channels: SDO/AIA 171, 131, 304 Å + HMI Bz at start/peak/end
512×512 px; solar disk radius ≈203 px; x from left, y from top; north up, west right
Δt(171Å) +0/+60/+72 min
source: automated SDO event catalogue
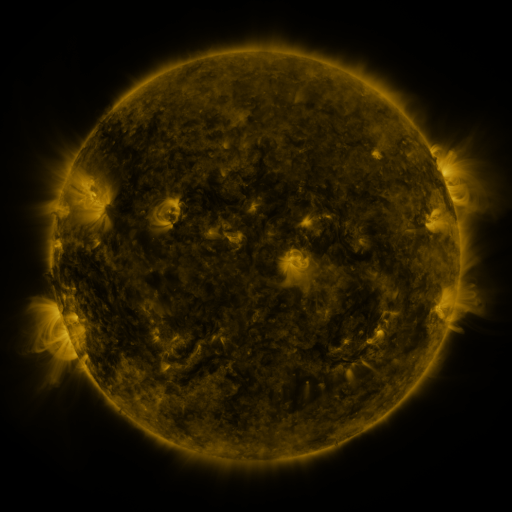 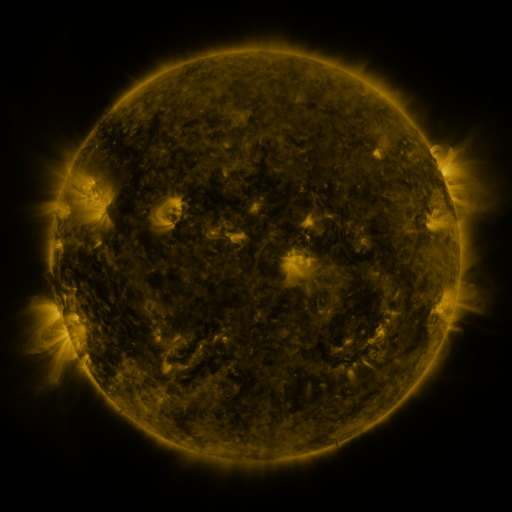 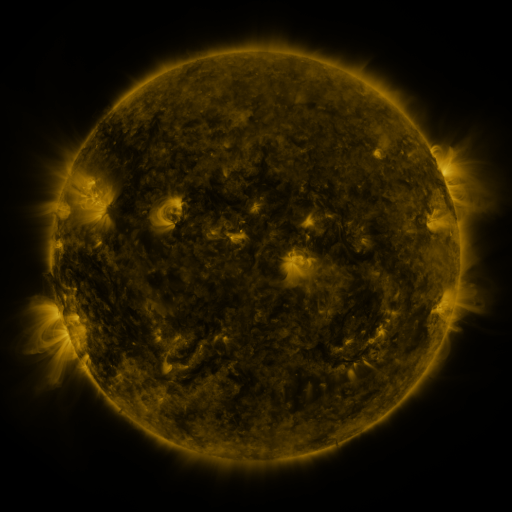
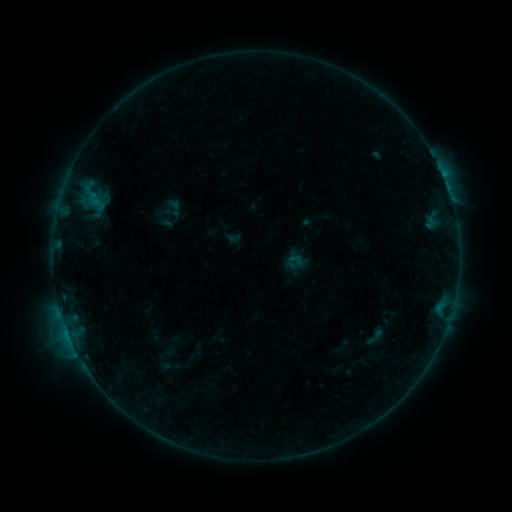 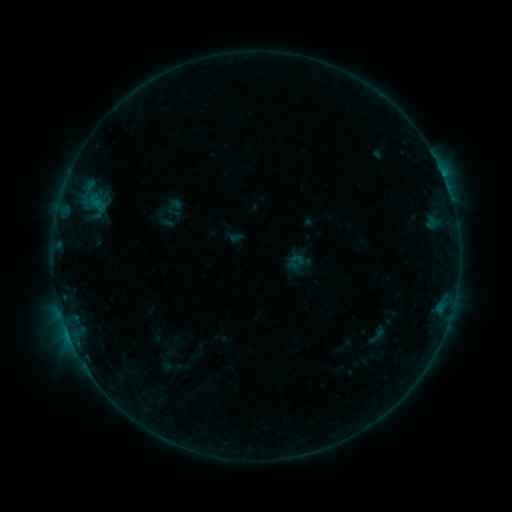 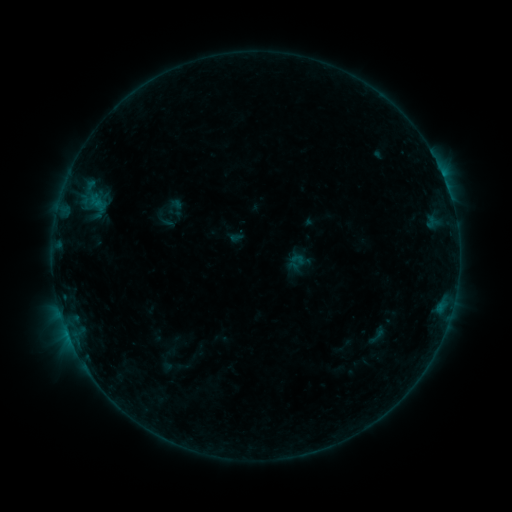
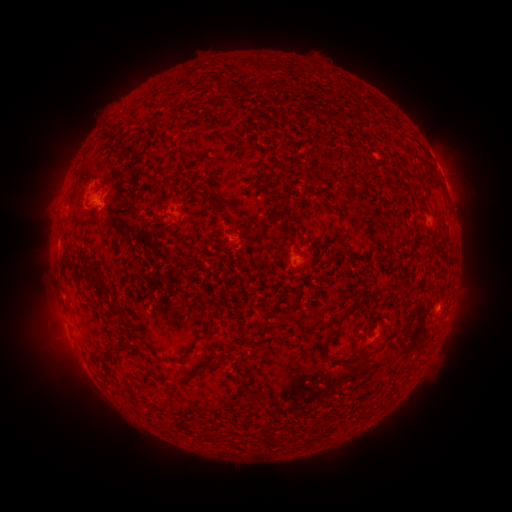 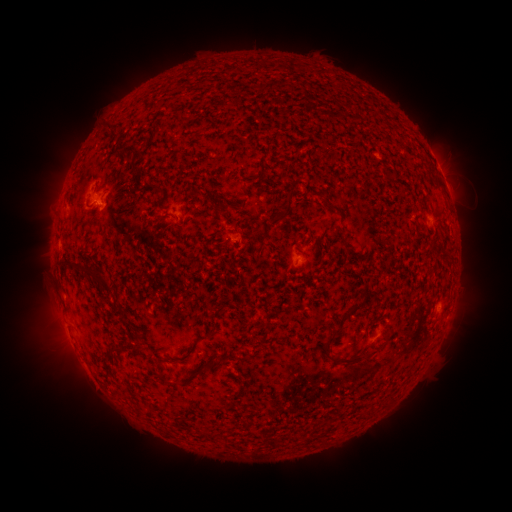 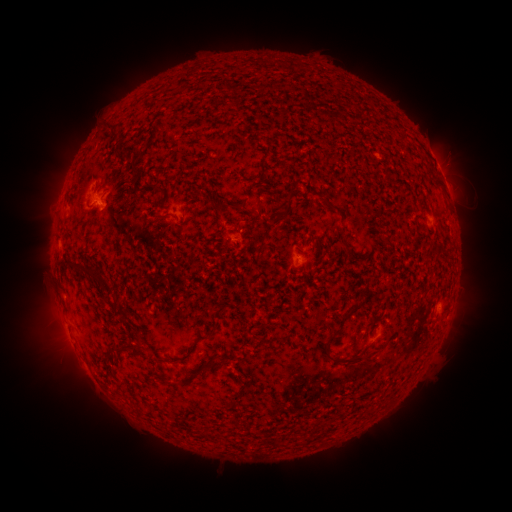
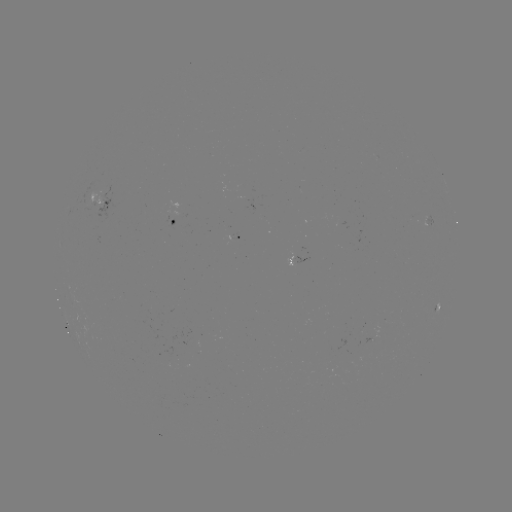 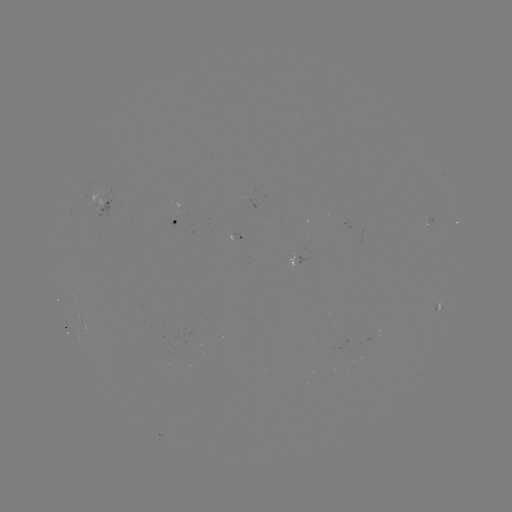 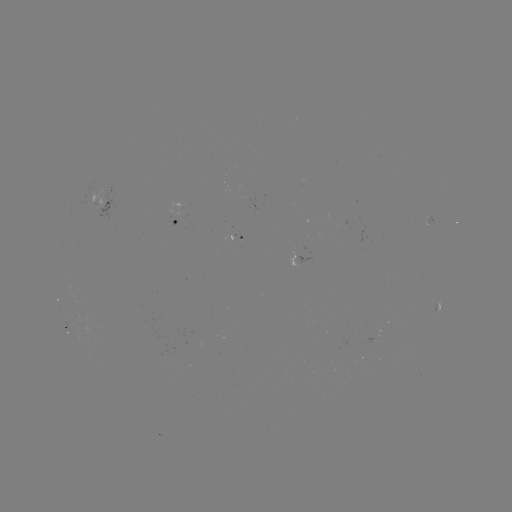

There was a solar emerging-flux region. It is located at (233, 237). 